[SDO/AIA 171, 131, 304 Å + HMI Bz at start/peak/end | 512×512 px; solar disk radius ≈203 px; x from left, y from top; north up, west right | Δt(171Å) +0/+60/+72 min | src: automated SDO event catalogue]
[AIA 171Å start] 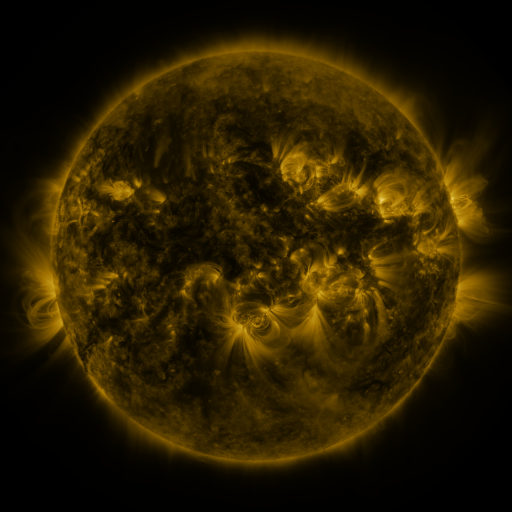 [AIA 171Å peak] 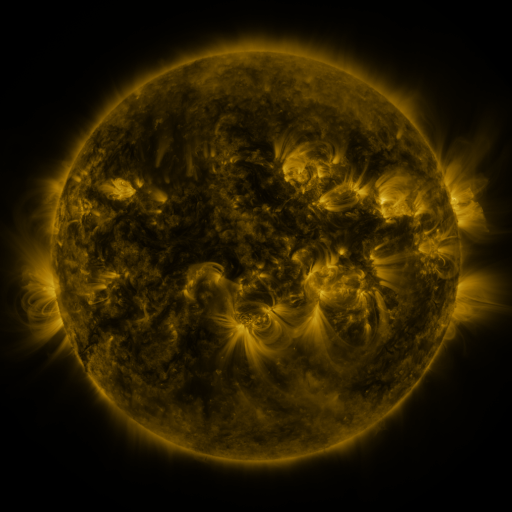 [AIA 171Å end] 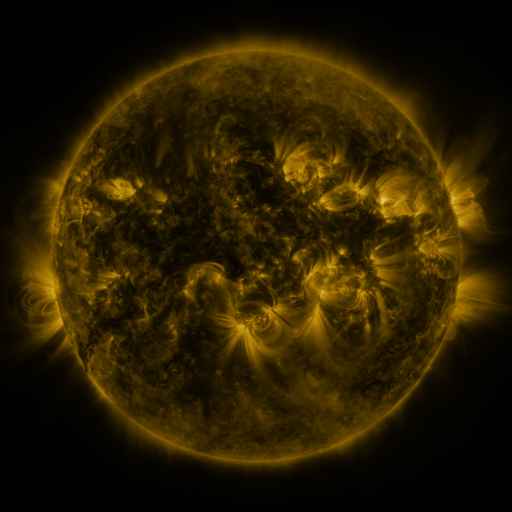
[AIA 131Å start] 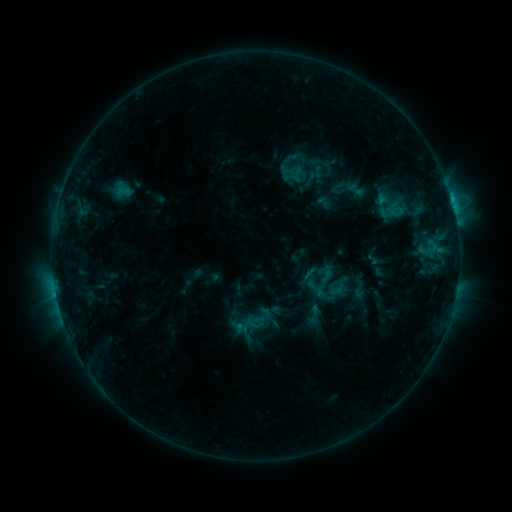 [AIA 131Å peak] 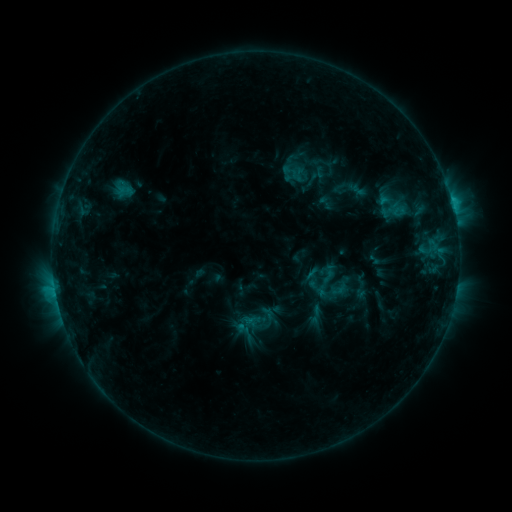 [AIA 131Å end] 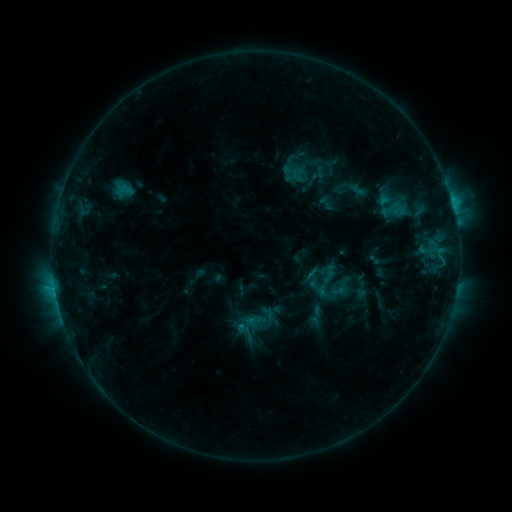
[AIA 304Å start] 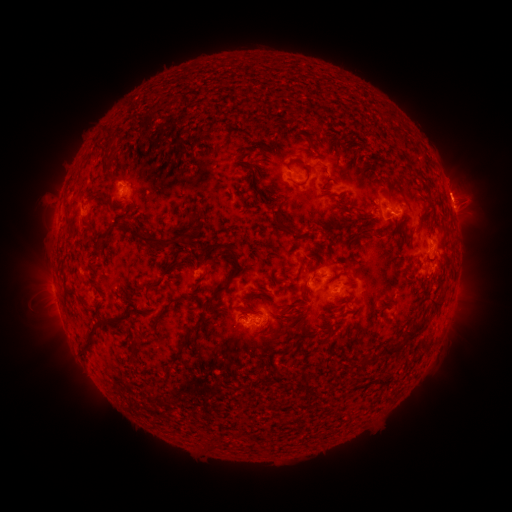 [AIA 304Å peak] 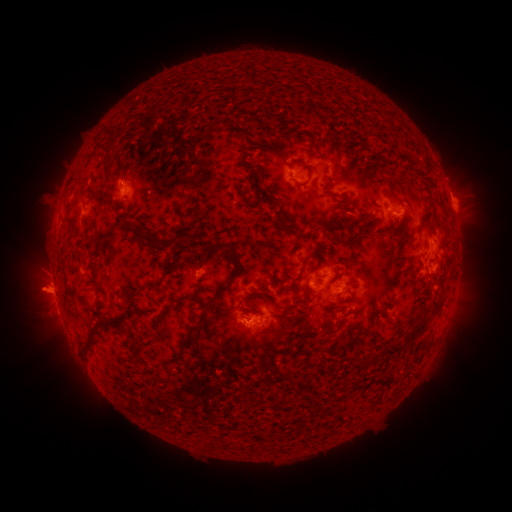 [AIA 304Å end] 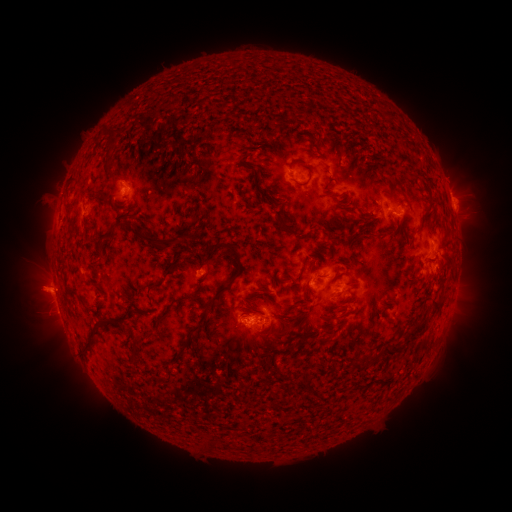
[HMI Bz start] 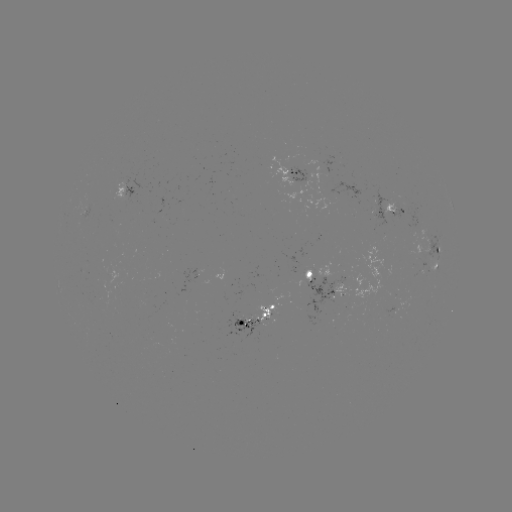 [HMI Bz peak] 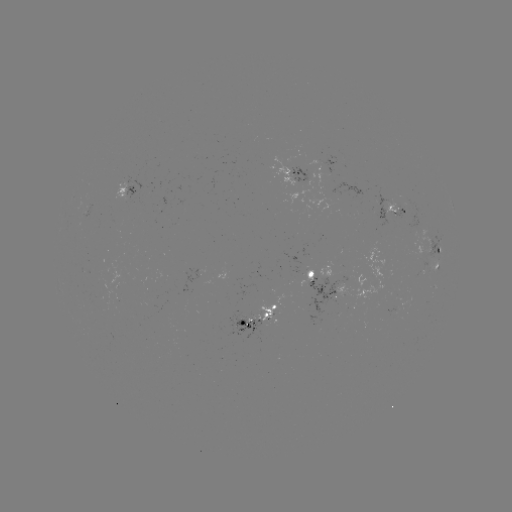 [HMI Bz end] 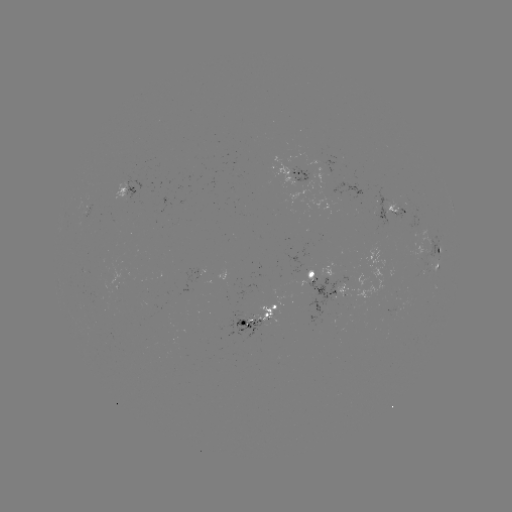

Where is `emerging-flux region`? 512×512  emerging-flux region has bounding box [288, 165, 309, 190].